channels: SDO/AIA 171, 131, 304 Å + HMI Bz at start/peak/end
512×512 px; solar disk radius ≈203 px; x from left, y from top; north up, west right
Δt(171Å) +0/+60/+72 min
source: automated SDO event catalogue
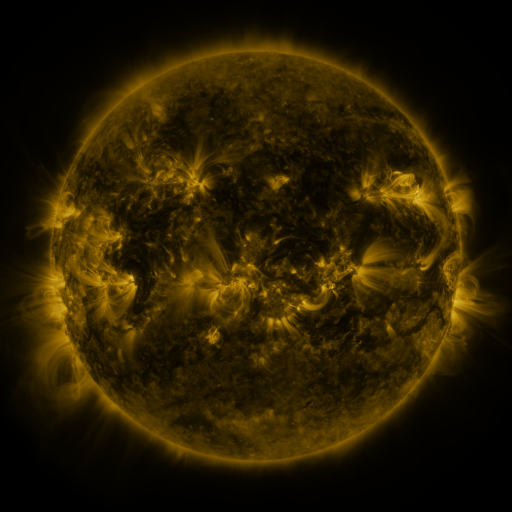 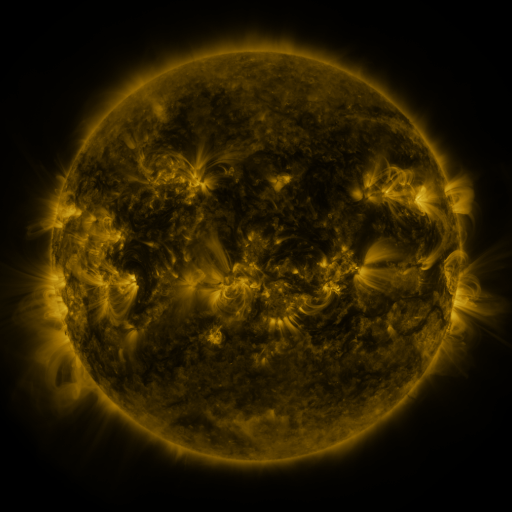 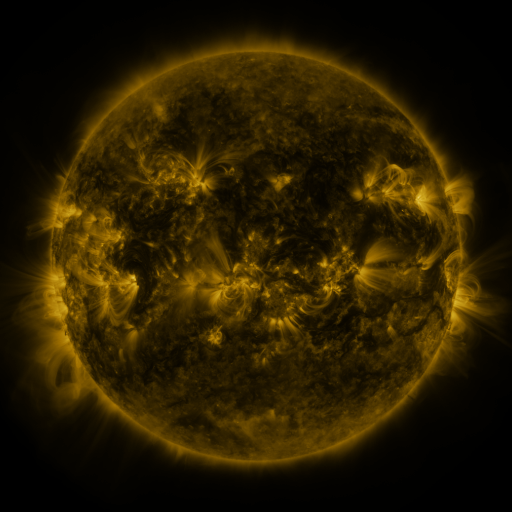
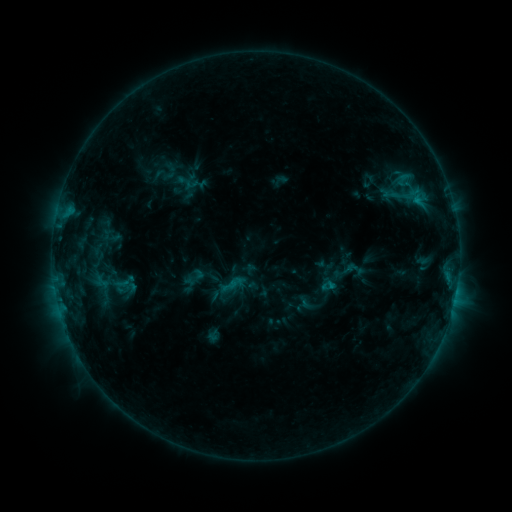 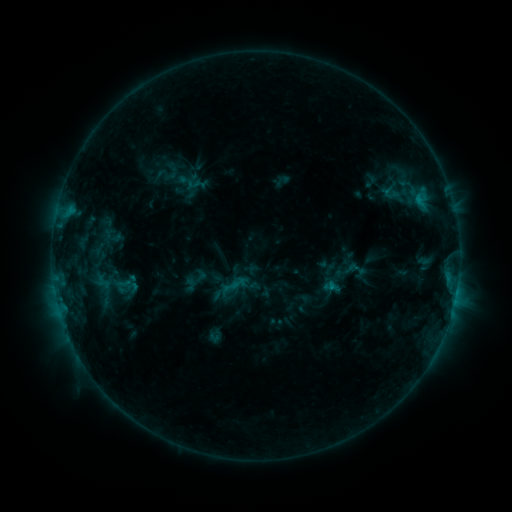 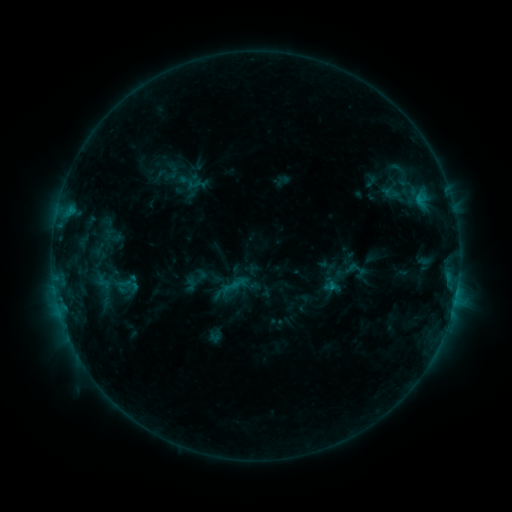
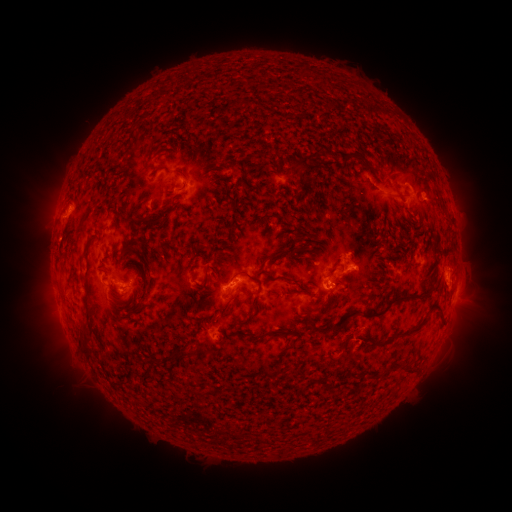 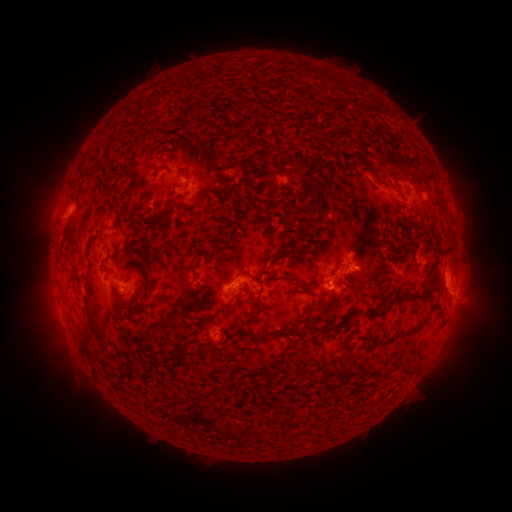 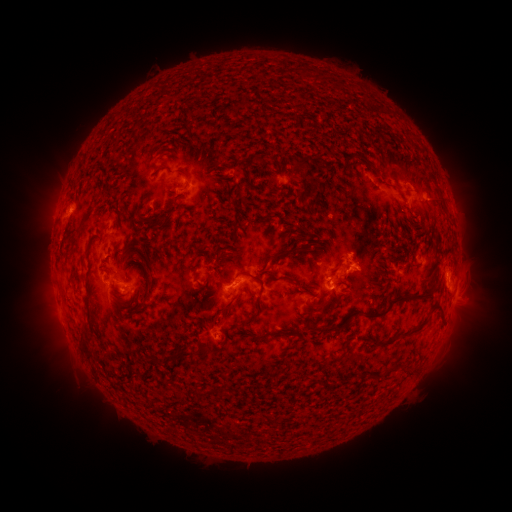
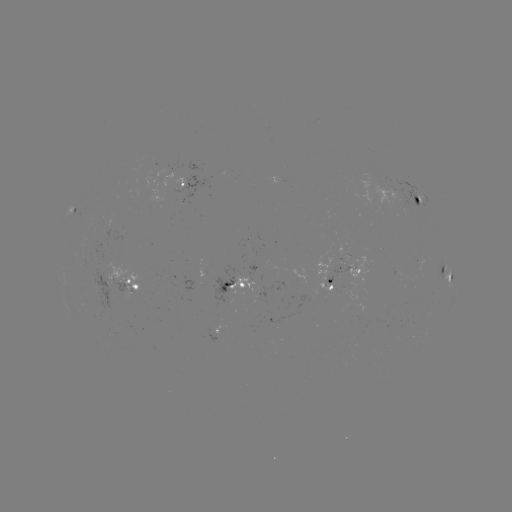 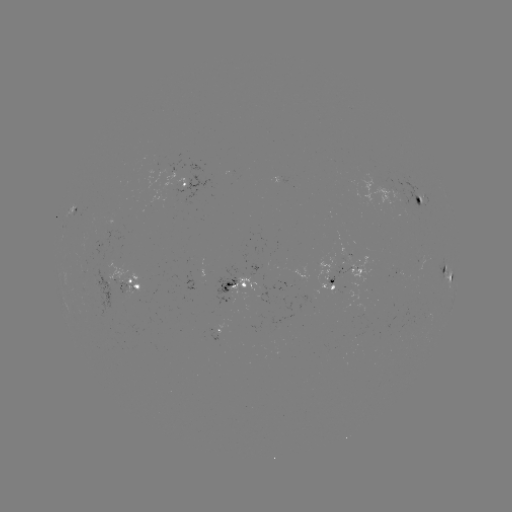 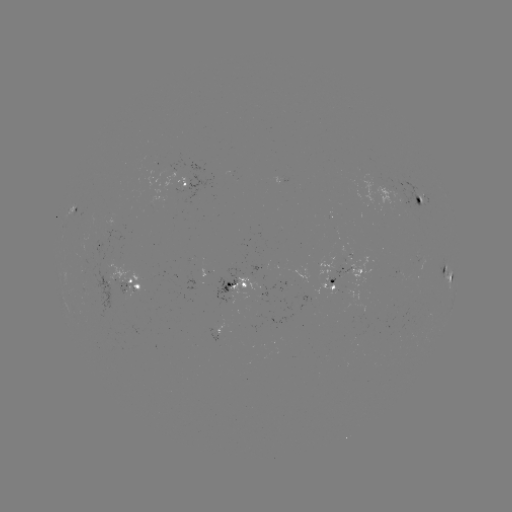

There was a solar emerging-flux region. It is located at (302, 311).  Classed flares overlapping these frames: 1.